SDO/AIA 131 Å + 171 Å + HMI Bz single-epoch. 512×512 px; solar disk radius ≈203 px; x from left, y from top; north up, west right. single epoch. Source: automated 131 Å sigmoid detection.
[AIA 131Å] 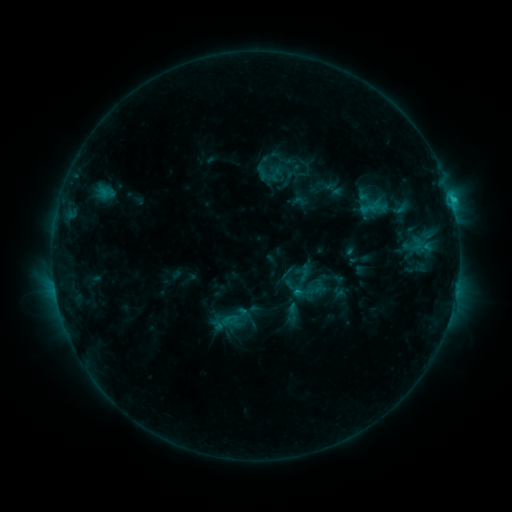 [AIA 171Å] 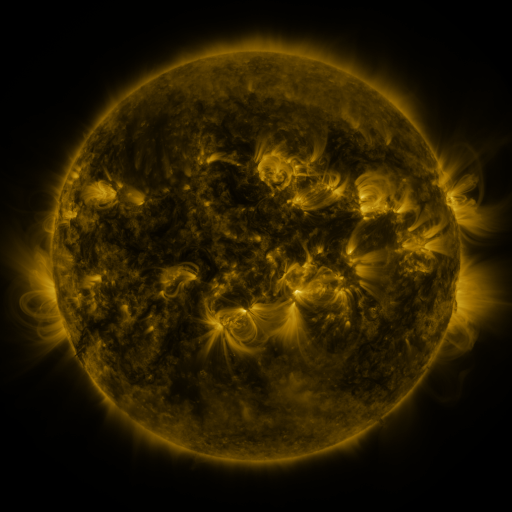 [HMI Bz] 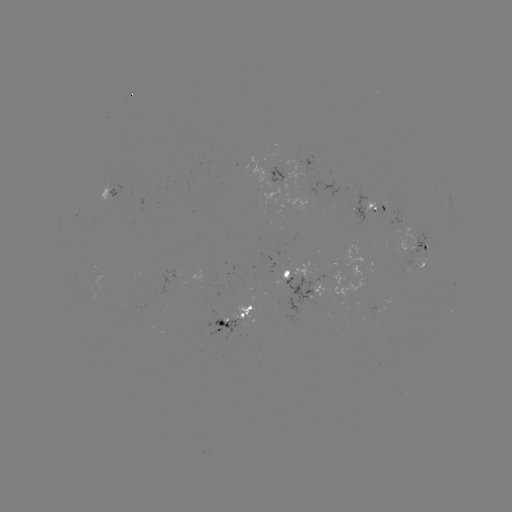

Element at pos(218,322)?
sigmoid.